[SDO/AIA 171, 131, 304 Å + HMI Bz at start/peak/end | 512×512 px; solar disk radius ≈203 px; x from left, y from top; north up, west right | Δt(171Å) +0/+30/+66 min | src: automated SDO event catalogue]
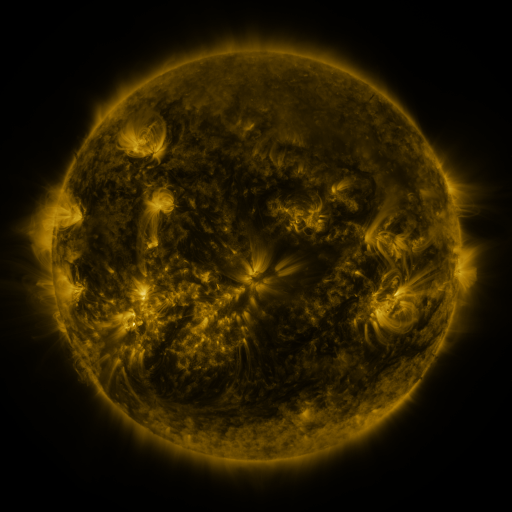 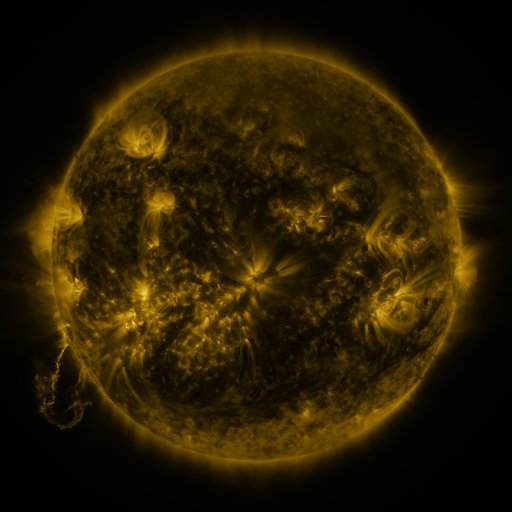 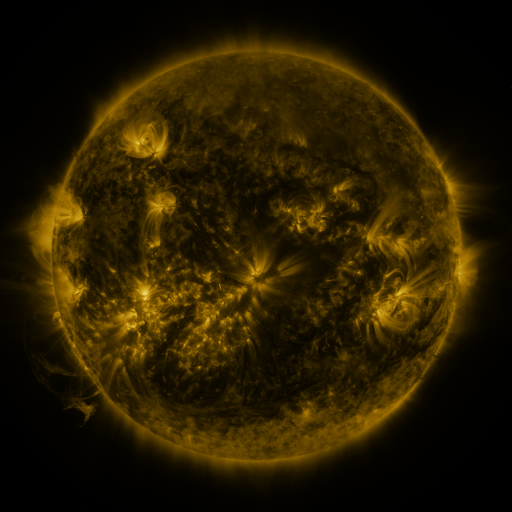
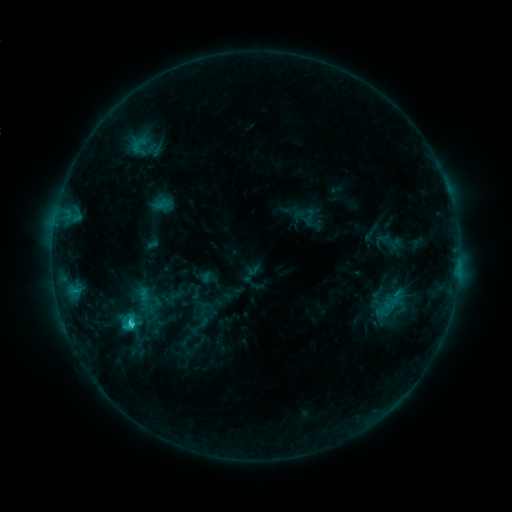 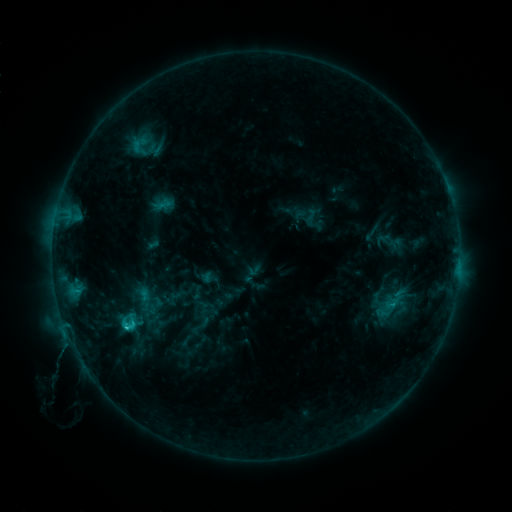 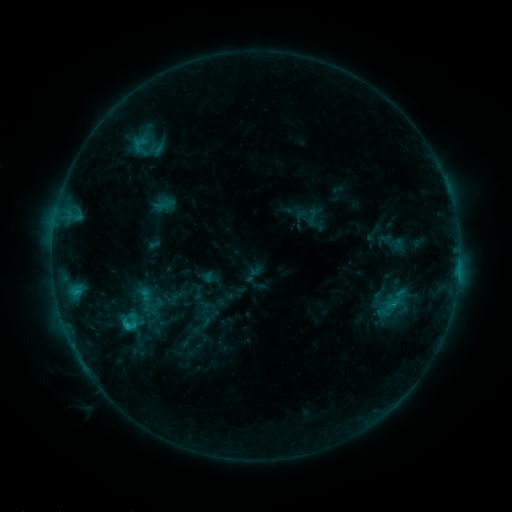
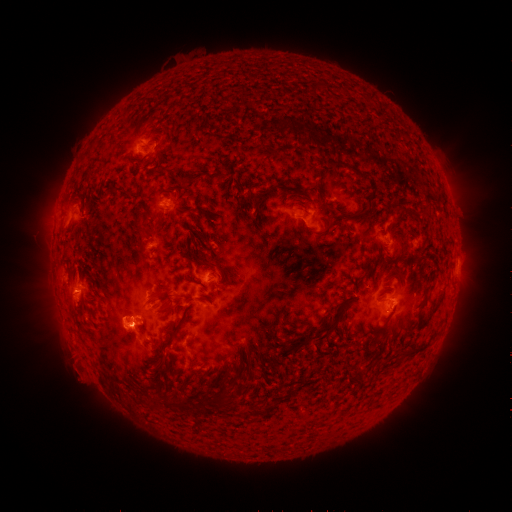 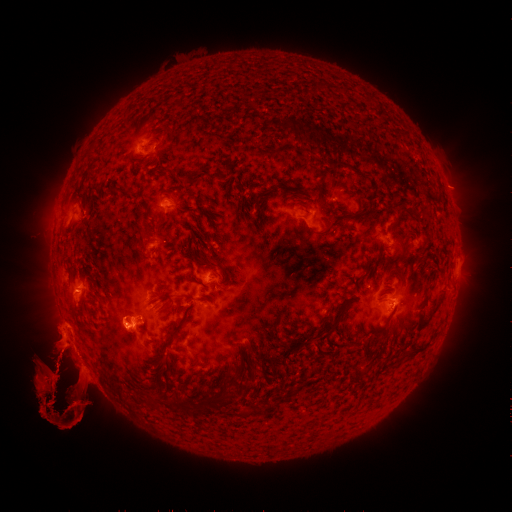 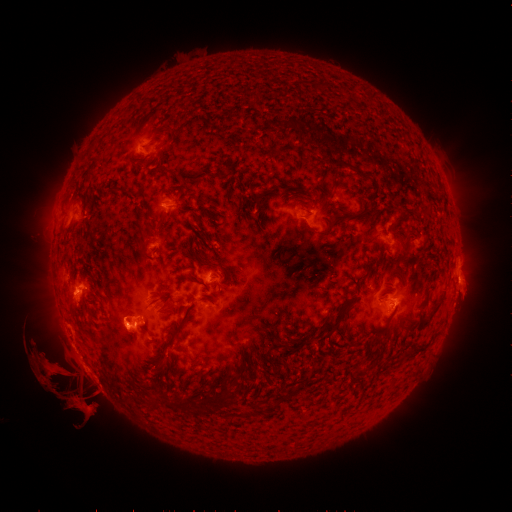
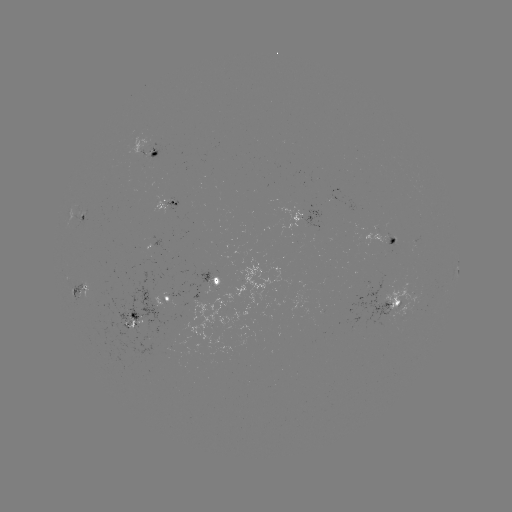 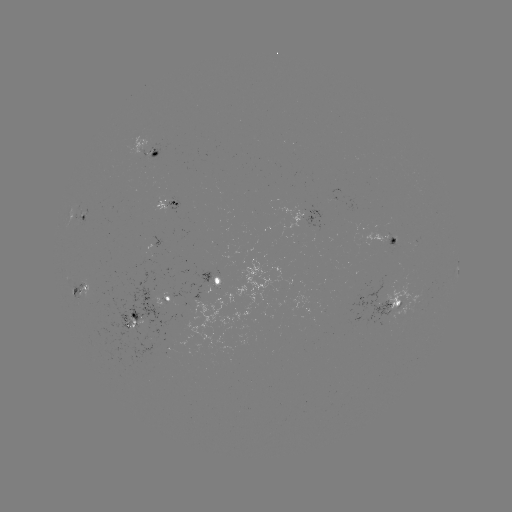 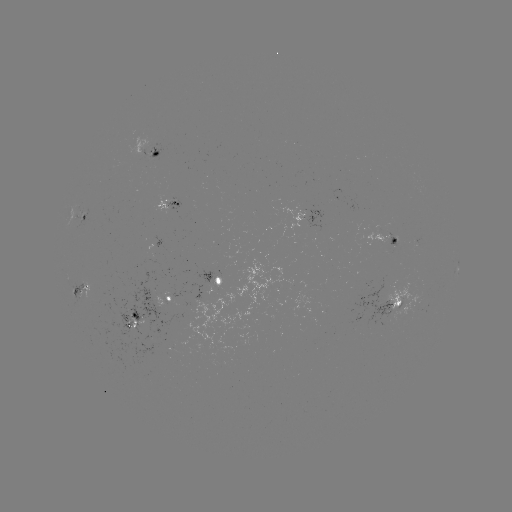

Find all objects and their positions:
eruption: (70, 376)
